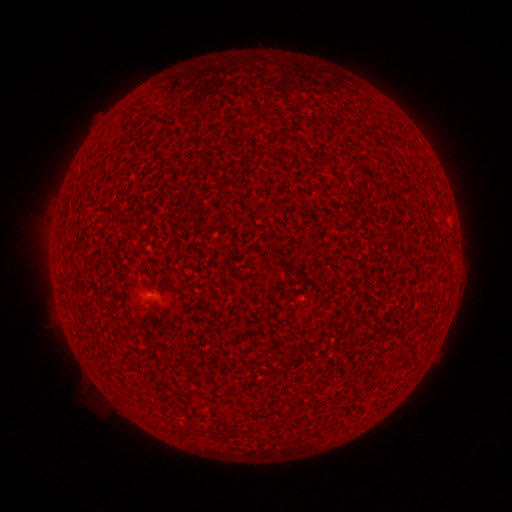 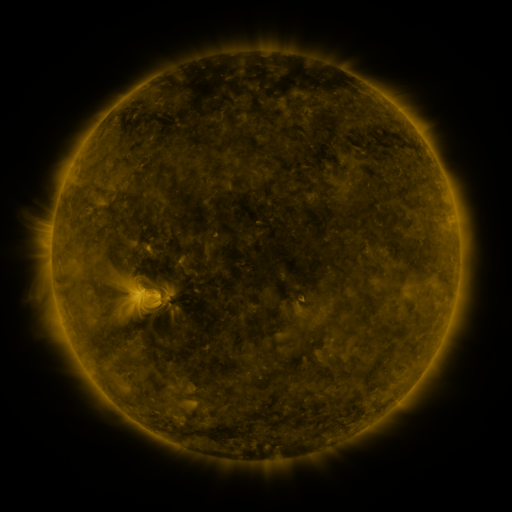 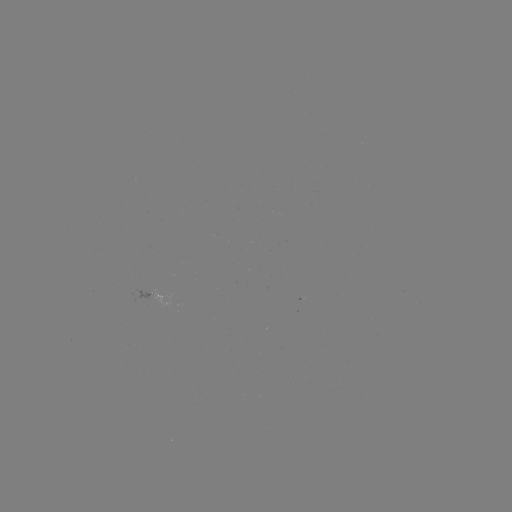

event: spotted active region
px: (157, 298)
